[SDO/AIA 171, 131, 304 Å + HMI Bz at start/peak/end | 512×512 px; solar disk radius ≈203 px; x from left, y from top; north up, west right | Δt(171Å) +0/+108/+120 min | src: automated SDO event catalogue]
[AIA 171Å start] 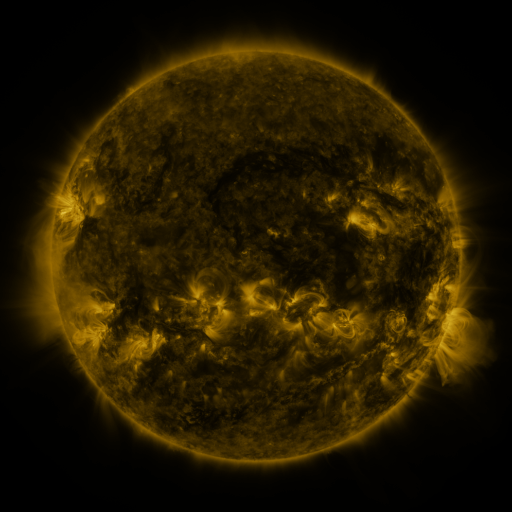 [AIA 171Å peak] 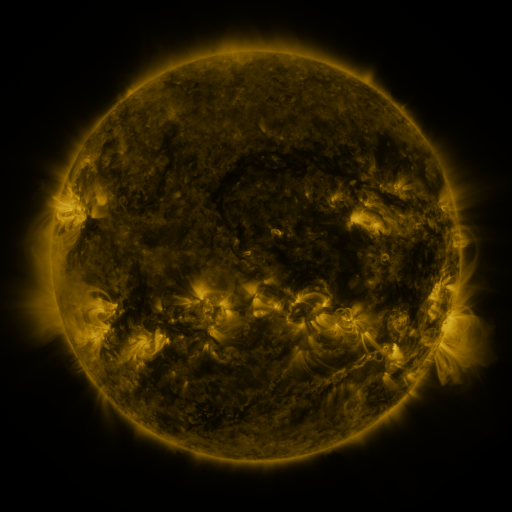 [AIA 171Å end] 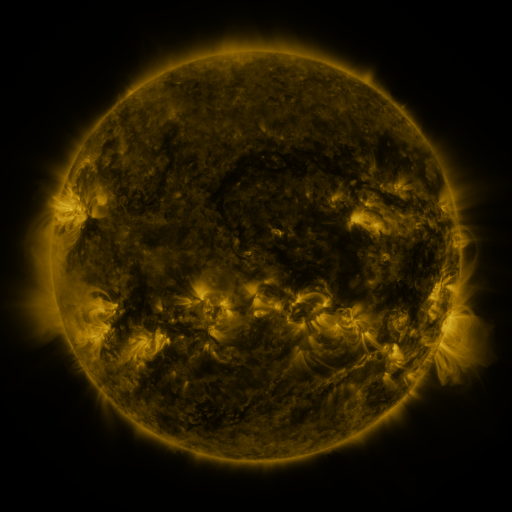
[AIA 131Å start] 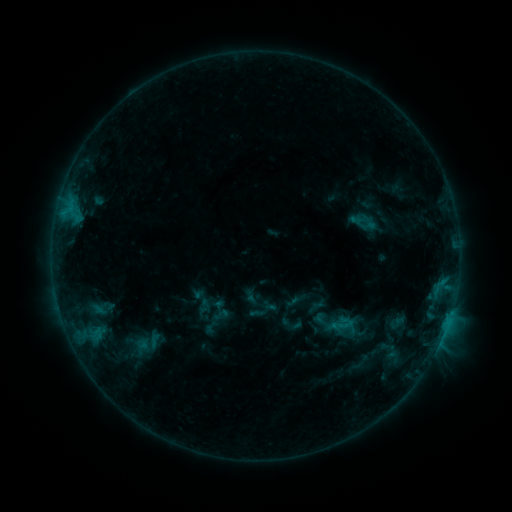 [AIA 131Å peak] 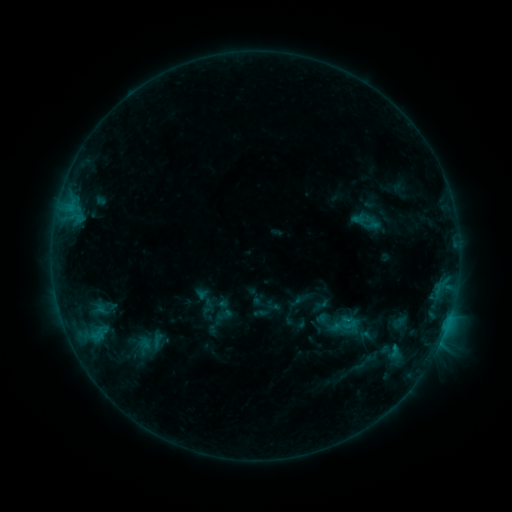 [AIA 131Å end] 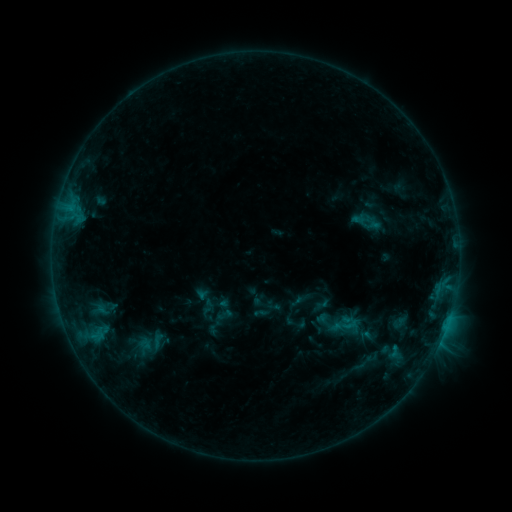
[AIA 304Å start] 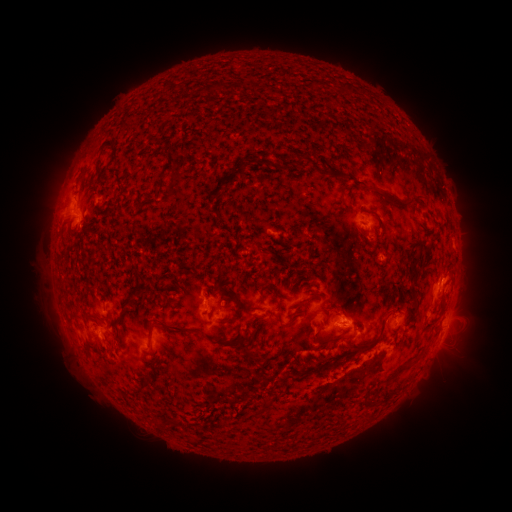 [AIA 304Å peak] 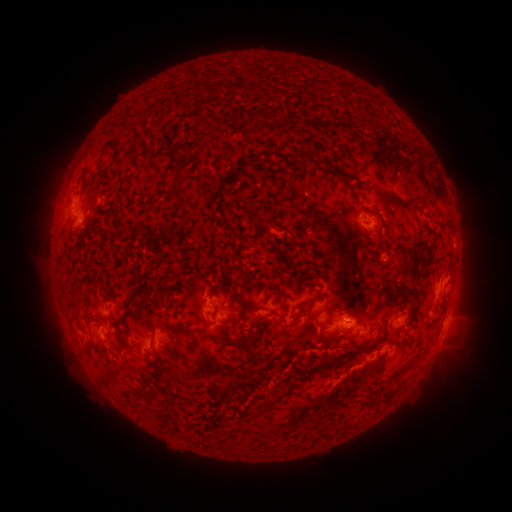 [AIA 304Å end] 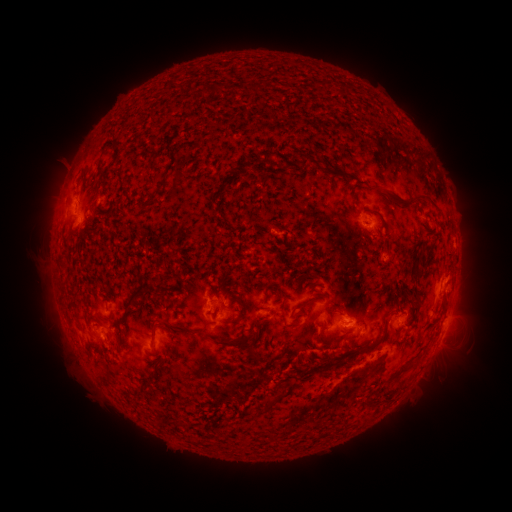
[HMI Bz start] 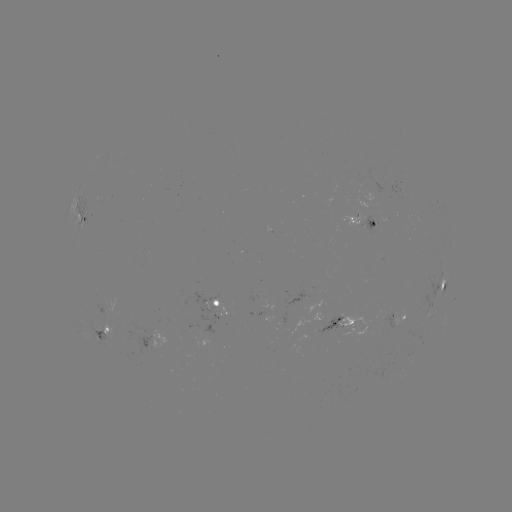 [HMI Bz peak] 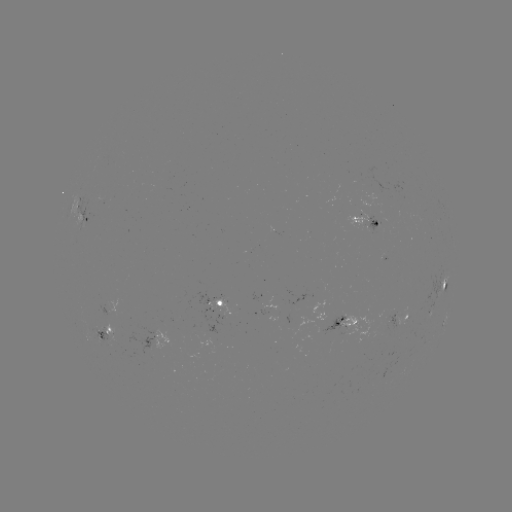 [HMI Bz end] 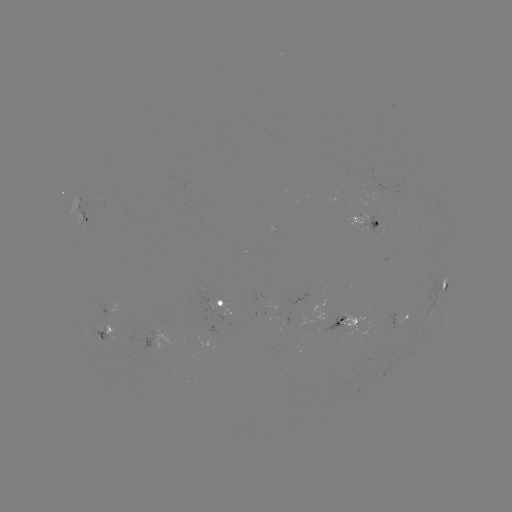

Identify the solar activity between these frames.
emerging-flux region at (372, 231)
